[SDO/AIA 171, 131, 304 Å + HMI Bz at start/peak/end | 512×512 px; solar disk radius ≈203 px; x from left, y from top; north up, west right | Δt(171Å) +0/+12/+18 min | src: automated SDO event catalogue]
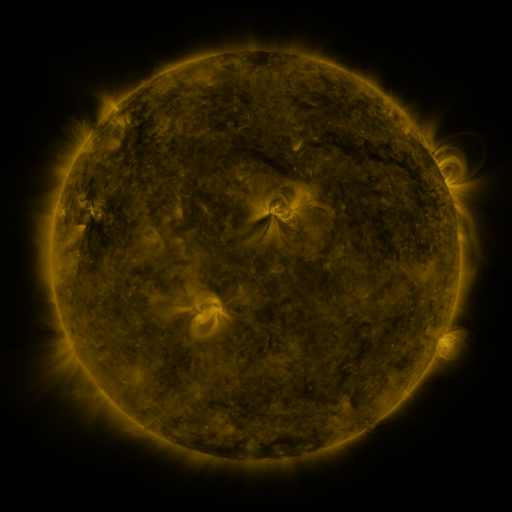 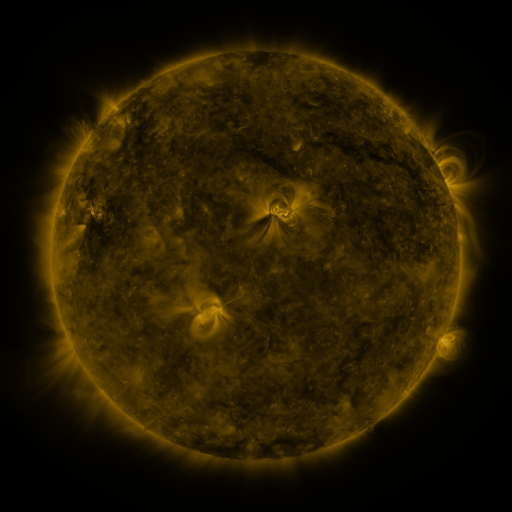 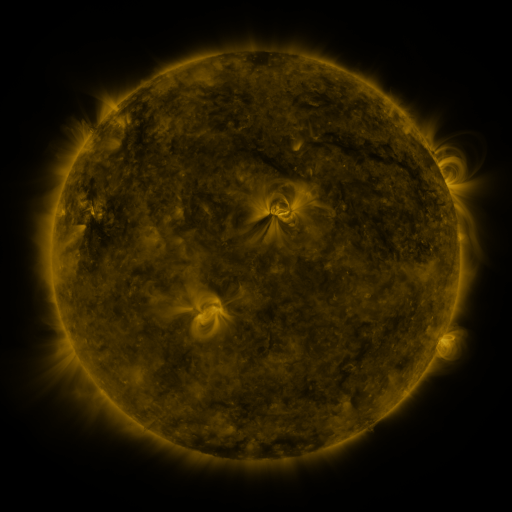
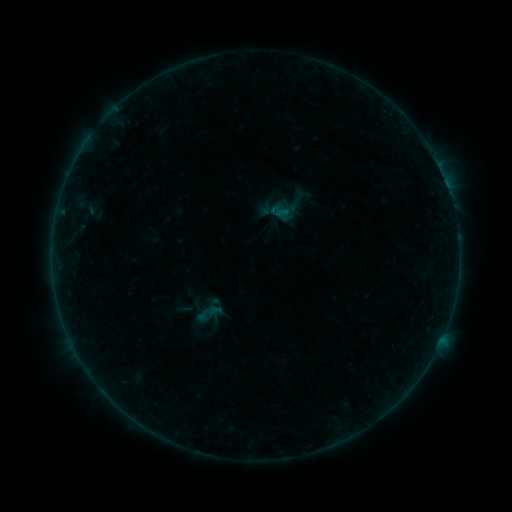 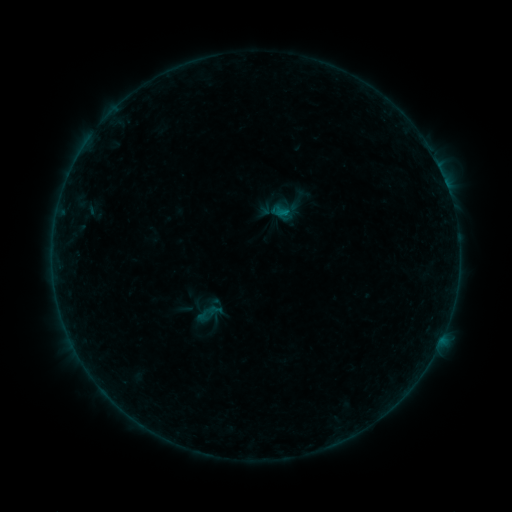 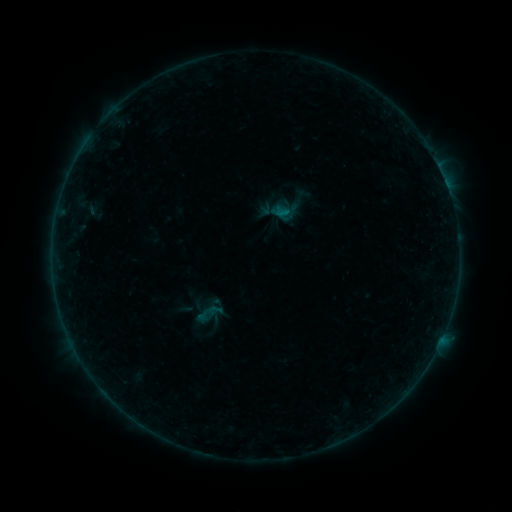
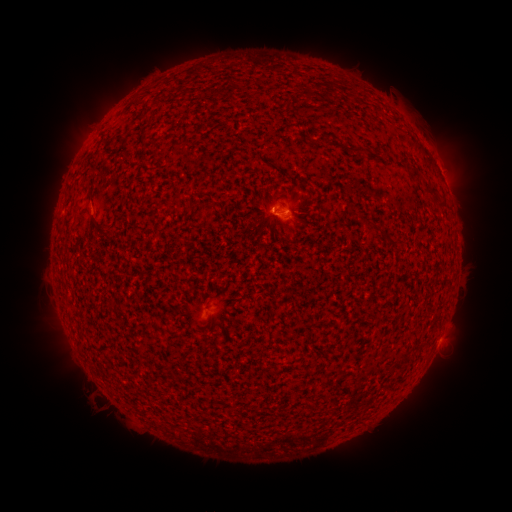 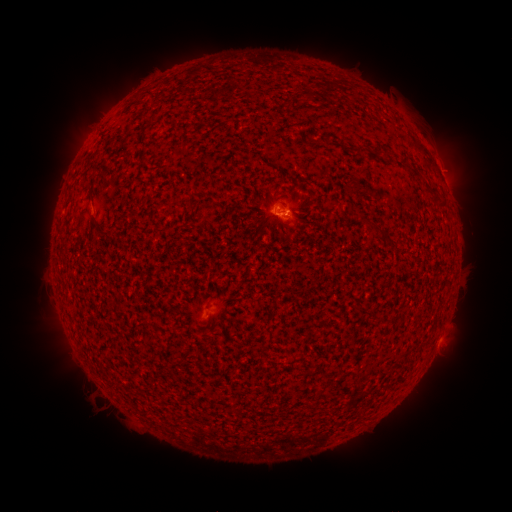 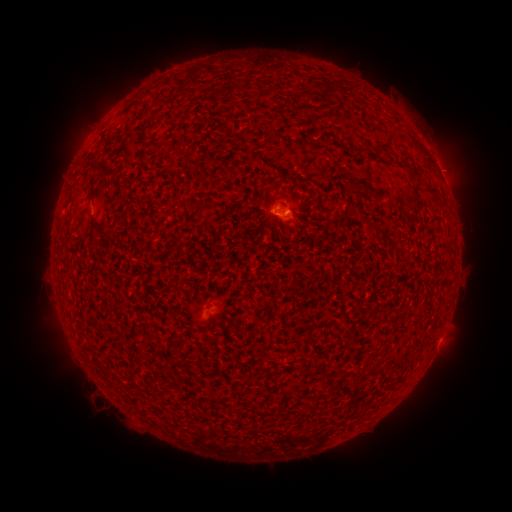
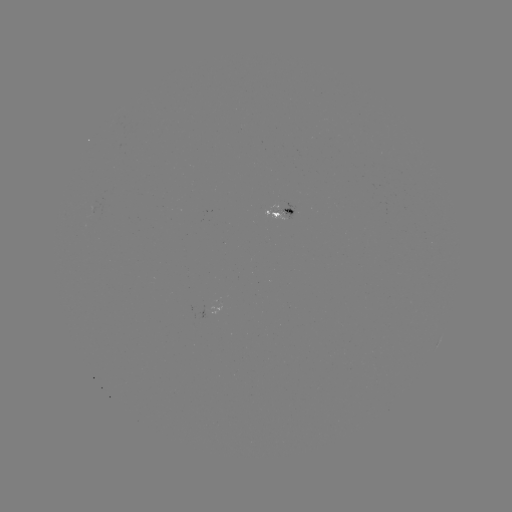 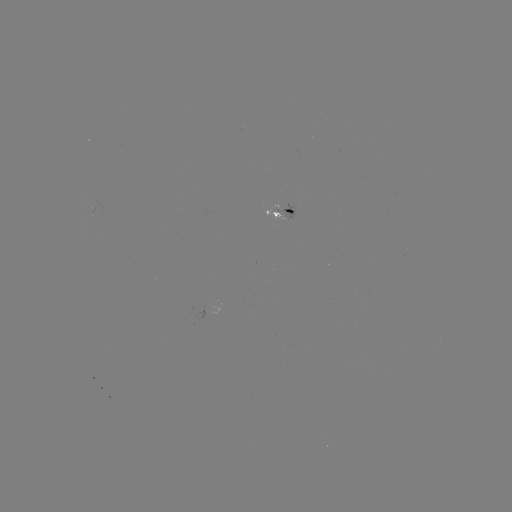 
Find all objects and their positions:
B2.6 flare: (283, 213)
